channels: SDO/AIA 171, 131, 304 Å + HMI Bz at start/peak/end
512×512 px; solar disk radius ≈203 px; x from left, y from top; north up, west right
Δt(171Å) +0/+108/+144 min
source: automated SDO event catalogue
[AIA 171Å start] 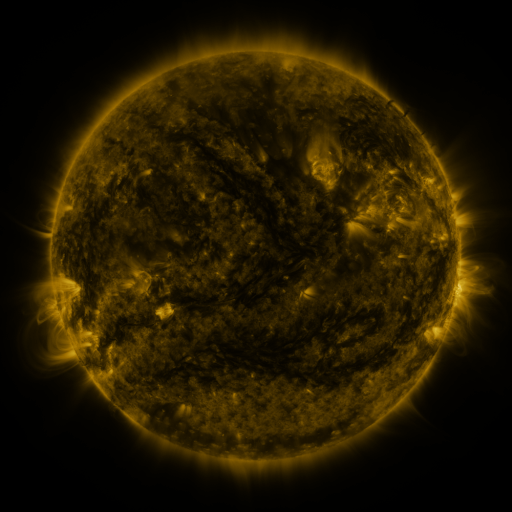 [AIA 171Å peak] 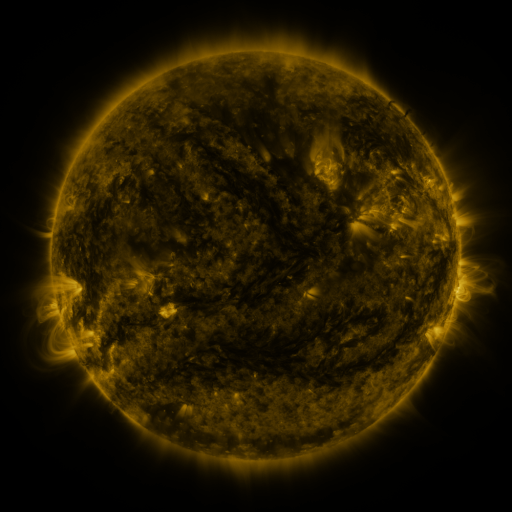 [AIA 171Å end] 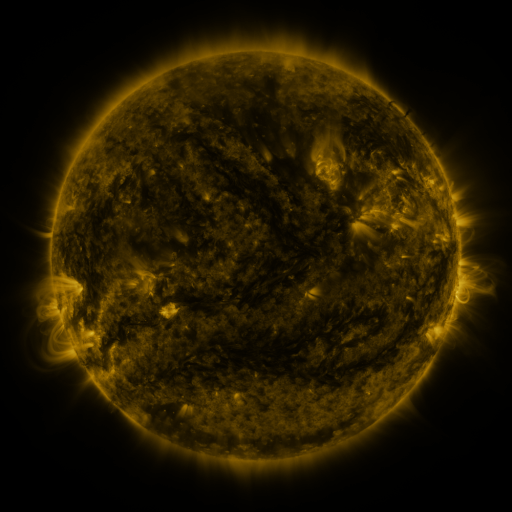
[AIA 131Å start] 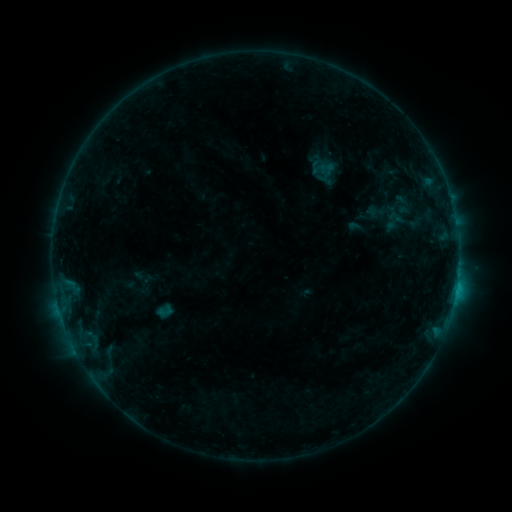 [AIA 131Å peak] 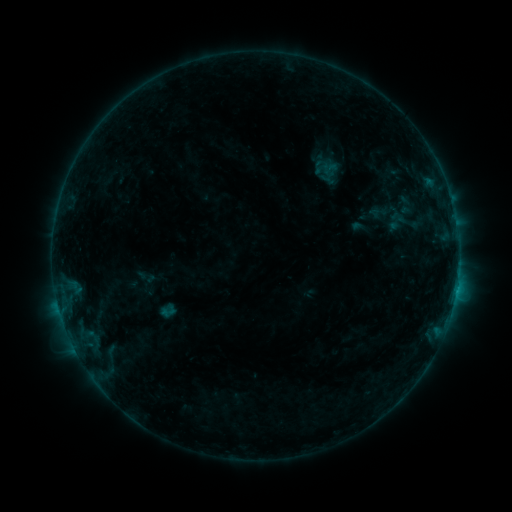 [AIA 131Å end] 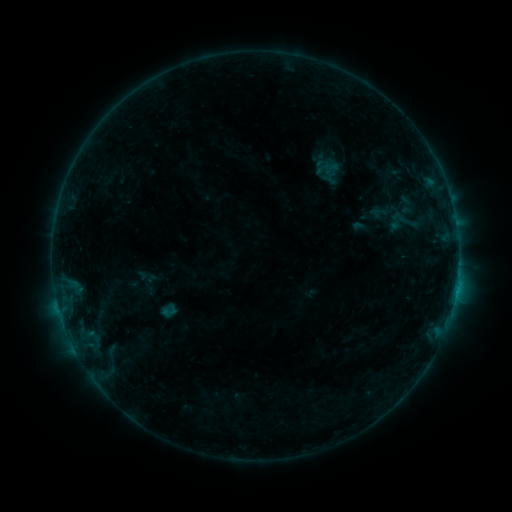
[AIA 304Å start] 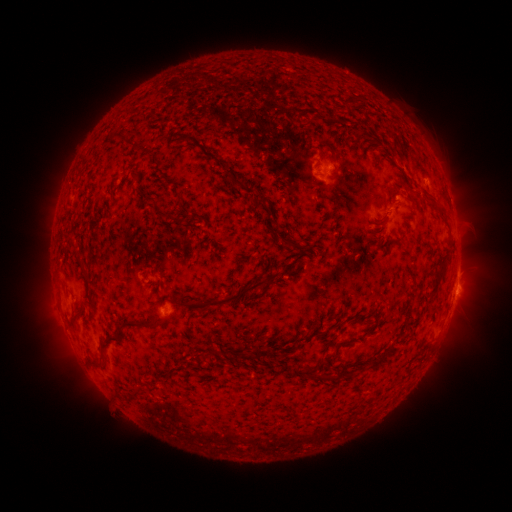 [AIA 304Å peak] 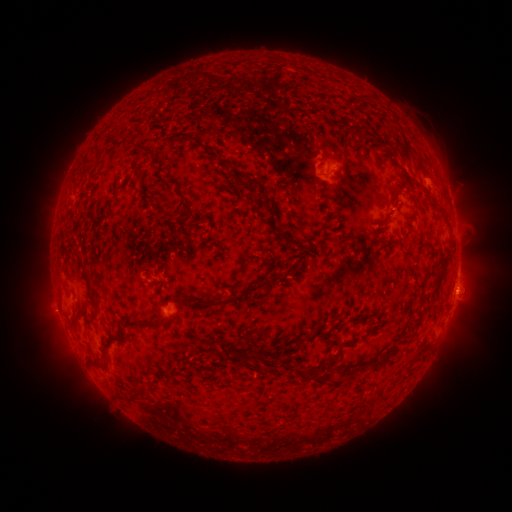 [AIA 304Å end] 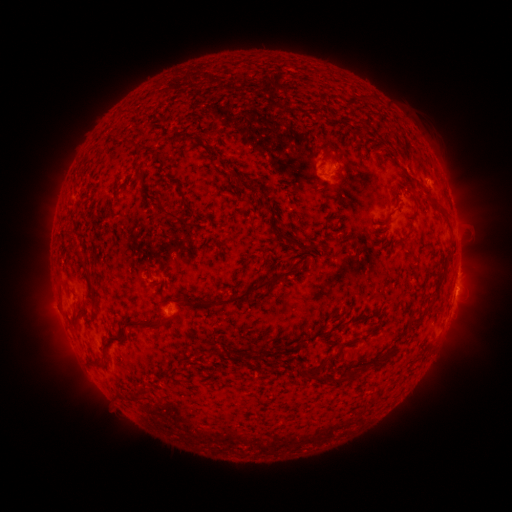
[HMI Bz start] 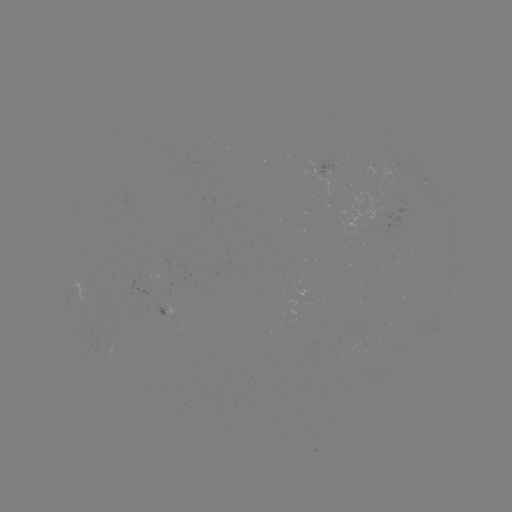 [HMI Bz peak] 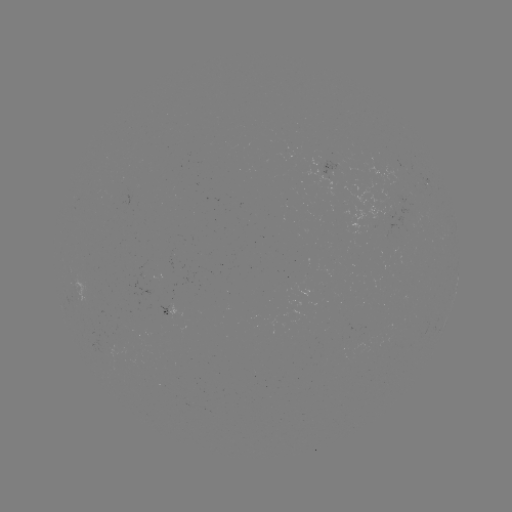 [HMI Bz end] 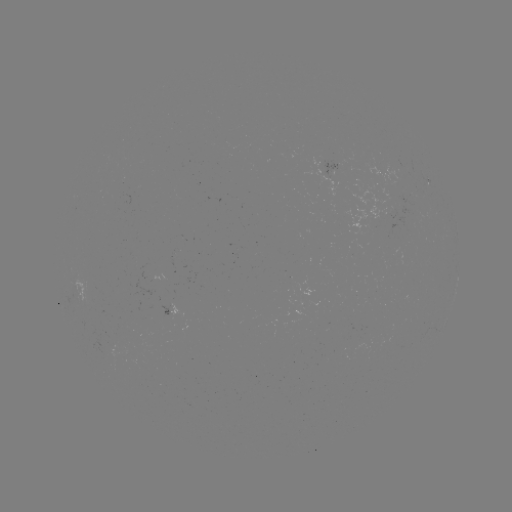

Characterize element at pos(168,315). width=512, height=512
emerging-flux region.